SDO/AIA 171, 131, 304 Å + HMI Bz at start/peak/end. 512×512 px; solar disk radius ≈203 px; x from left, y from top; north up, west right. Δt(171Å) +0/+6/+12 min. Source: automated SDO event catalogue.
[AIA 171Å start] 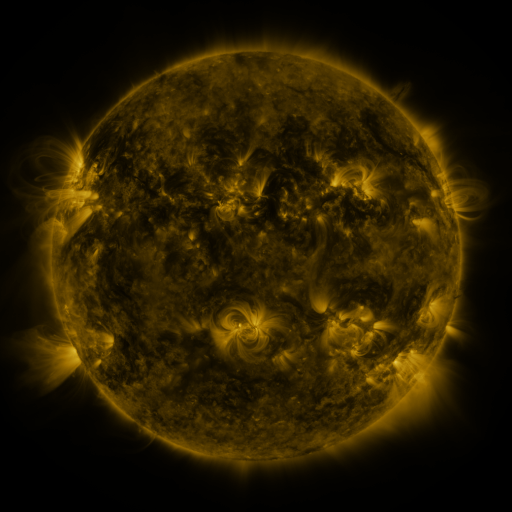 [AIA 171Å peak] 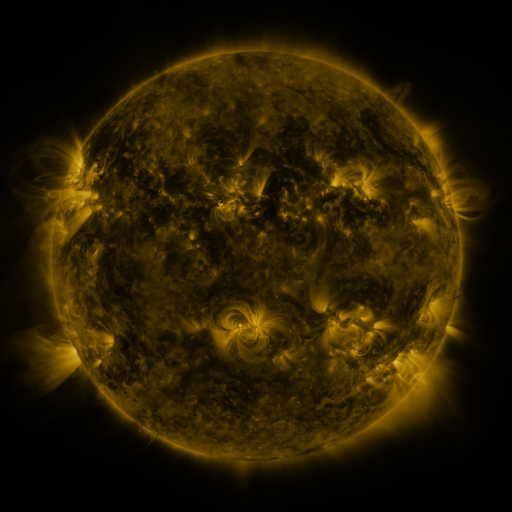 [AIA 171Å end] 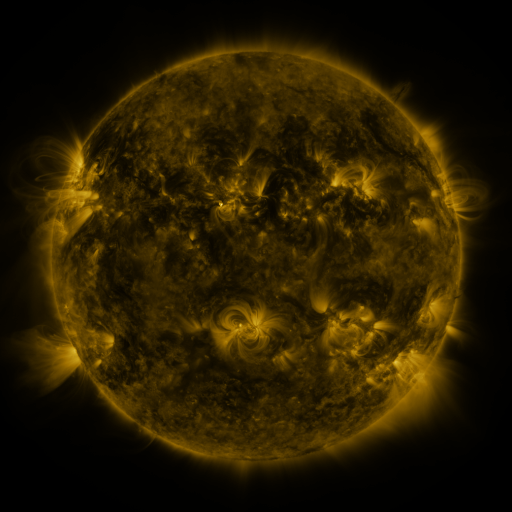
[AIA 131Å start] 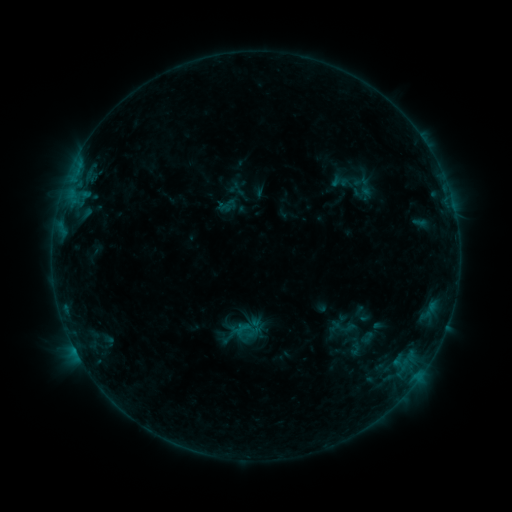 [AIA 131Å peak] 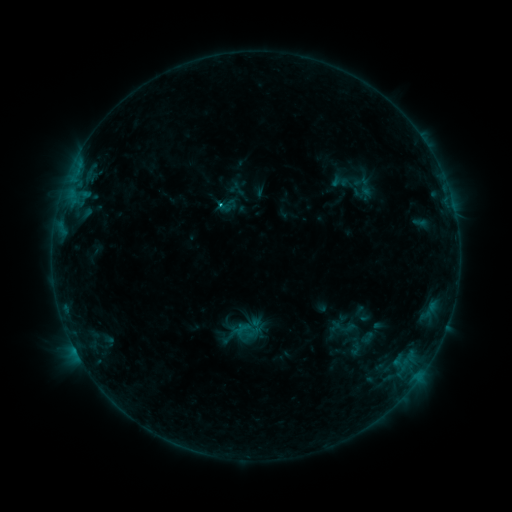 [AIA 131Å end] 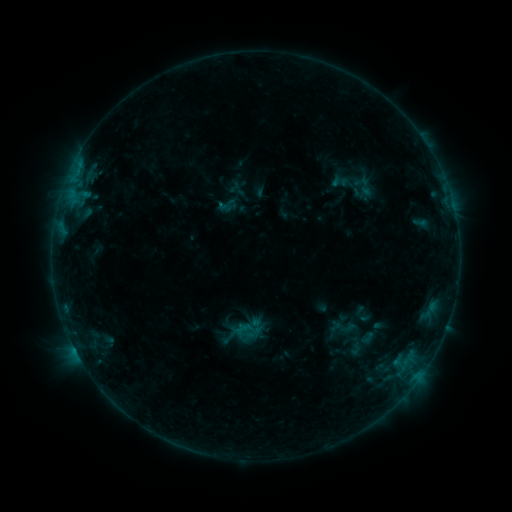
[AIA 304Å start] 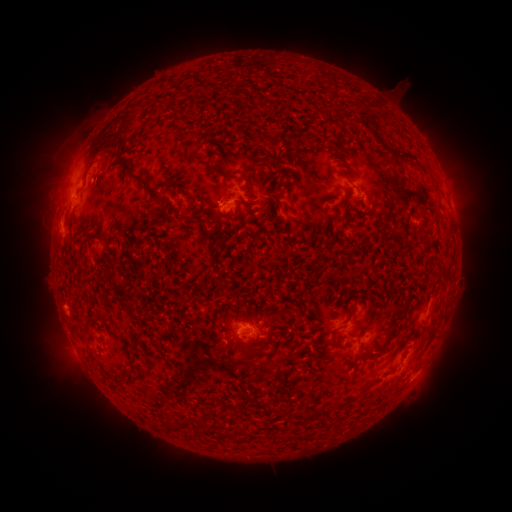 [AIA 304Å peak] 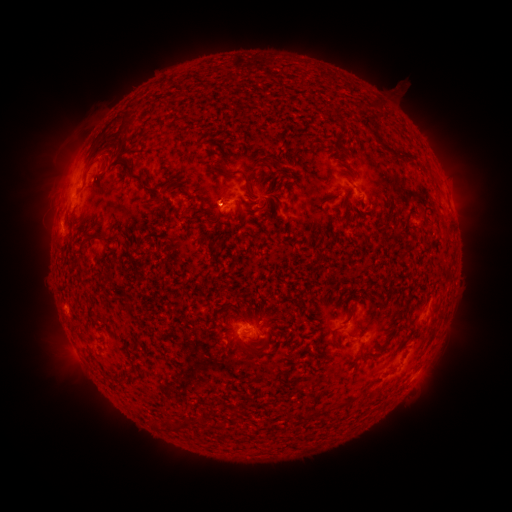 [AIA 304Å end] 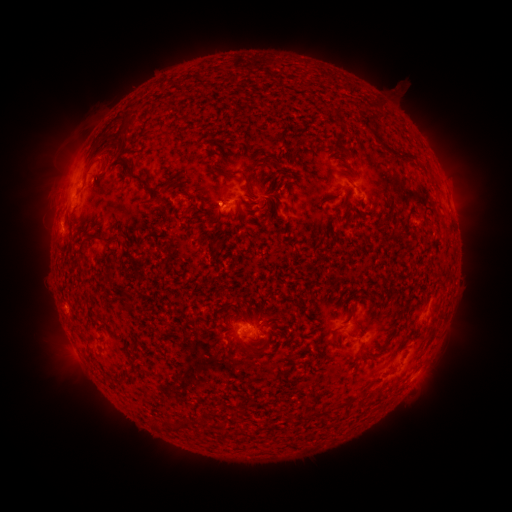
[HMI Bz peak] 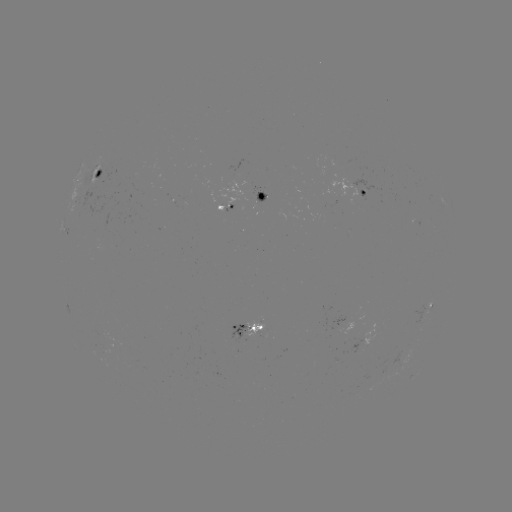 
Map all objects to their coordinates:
B6.2 flare: (222, 206)
